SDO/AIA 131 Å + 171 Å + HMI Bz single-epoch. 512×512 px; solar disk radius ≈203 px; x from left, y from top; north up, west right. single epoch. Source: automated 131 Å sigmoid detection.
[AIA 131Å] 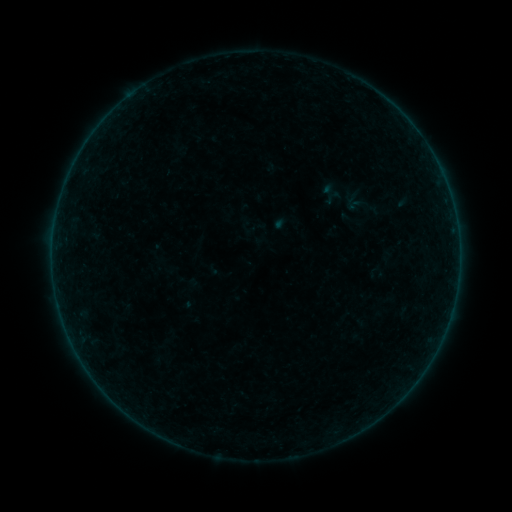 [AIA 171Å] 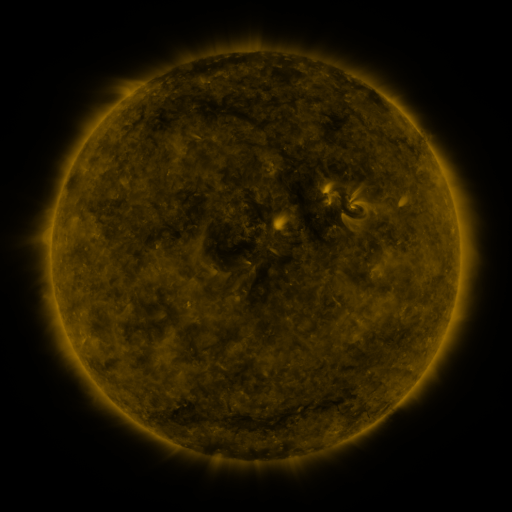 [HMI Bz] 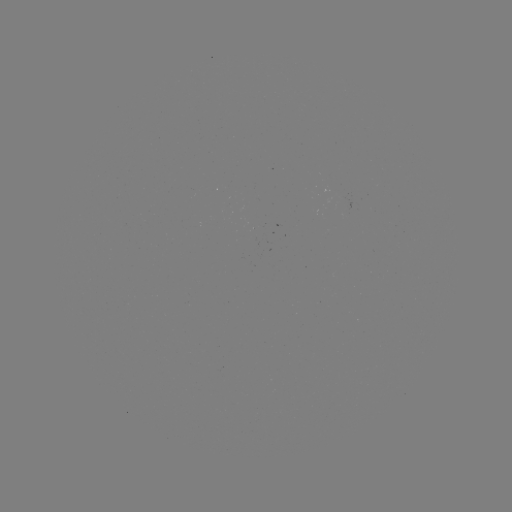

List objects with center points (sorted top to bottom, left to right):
sigmoid: (329, 193)
sigmoid: (355, 200)
